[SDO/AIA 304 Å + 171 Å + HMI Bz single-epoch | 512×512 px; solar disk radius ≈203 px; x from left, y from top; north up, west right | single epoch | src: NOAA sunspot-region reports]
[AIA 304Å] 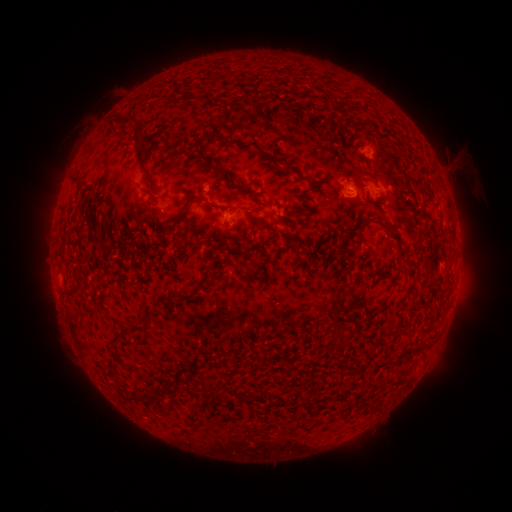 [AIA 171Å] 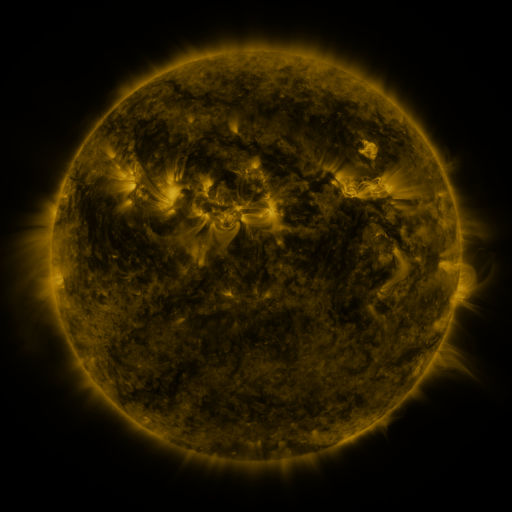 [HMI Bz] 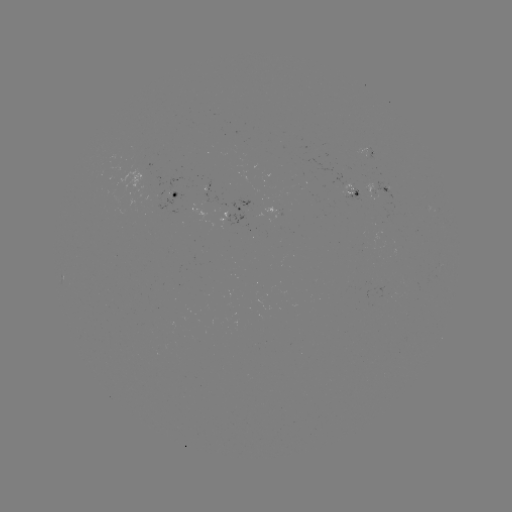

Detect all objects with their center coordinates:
spotted active region: (370, 155)
spotted active region: (380, 187)
spotted active region: (178, 190)
spotted active region: (356, 195)
spotted active region: (245, 209)
